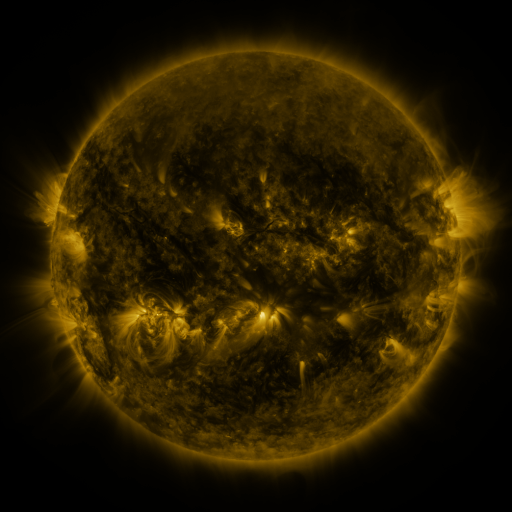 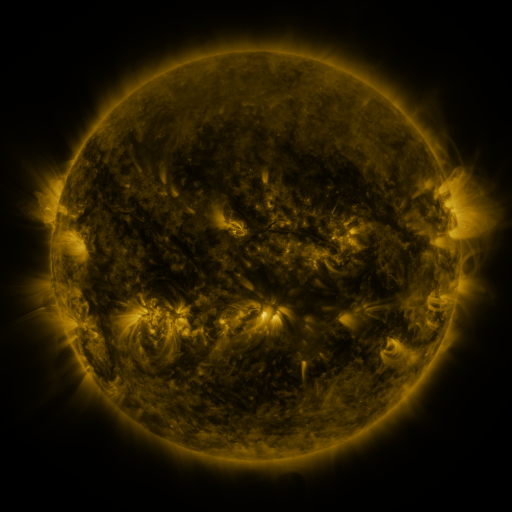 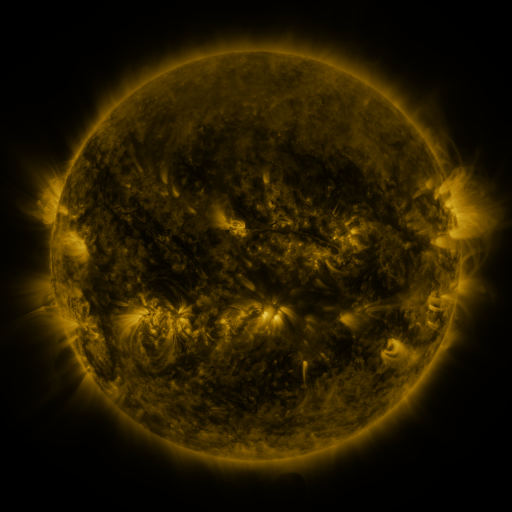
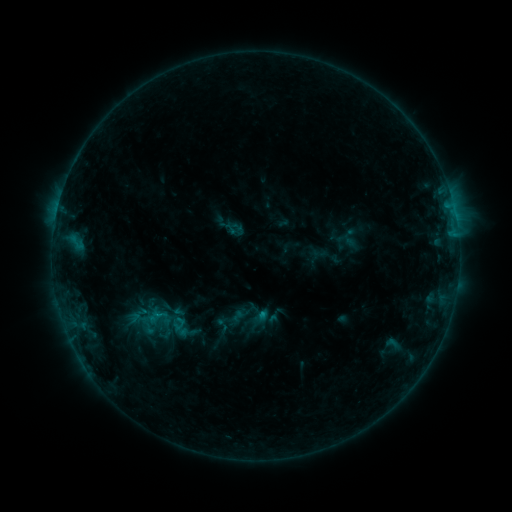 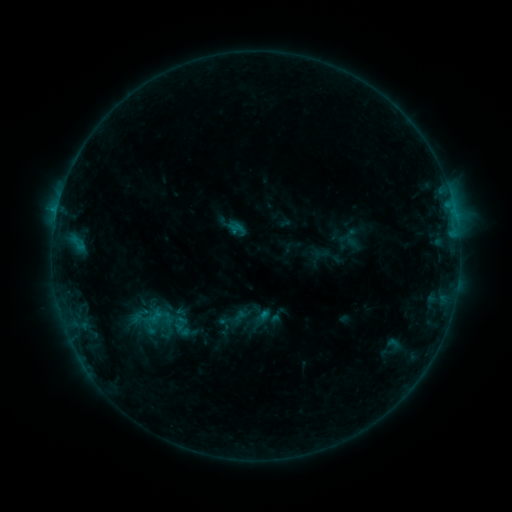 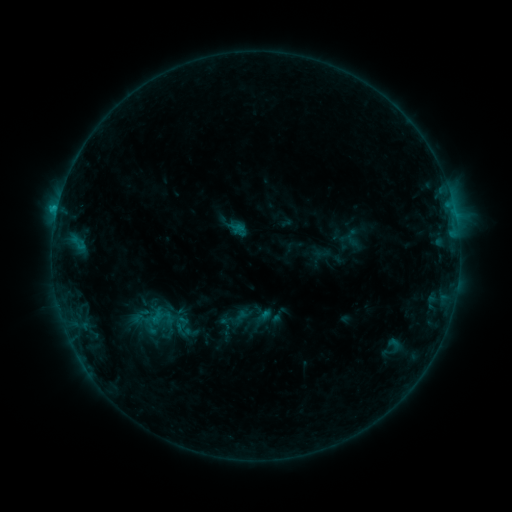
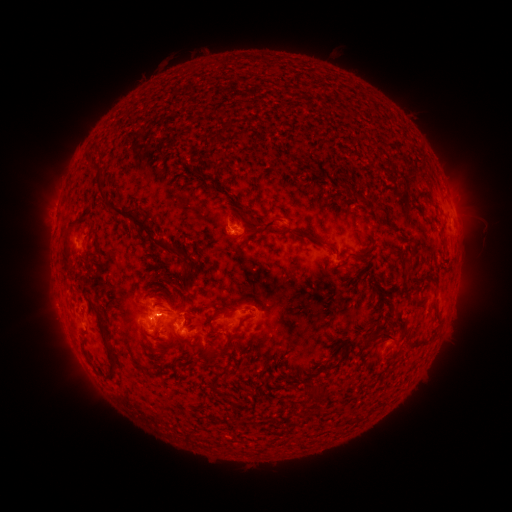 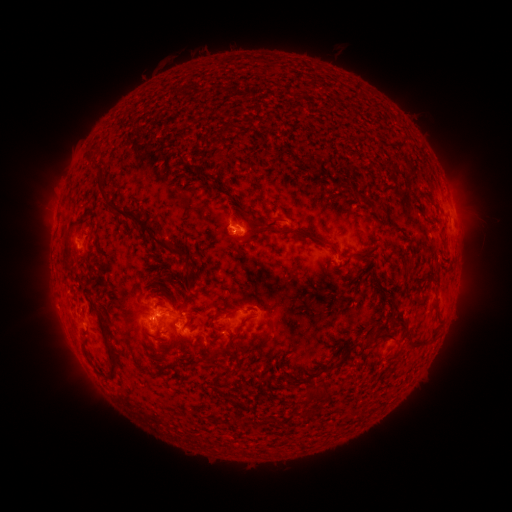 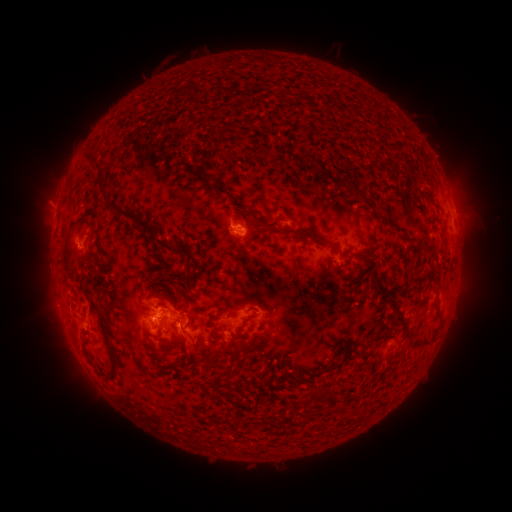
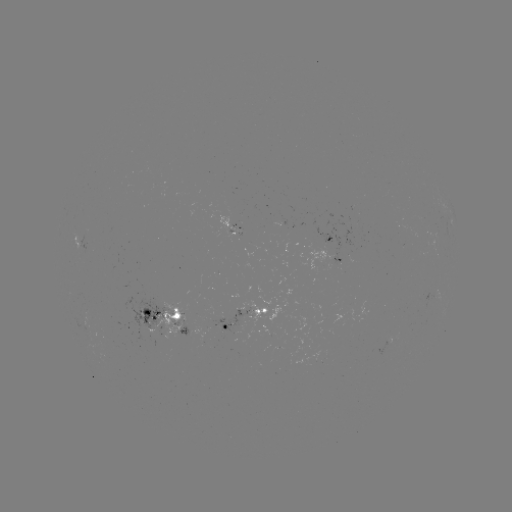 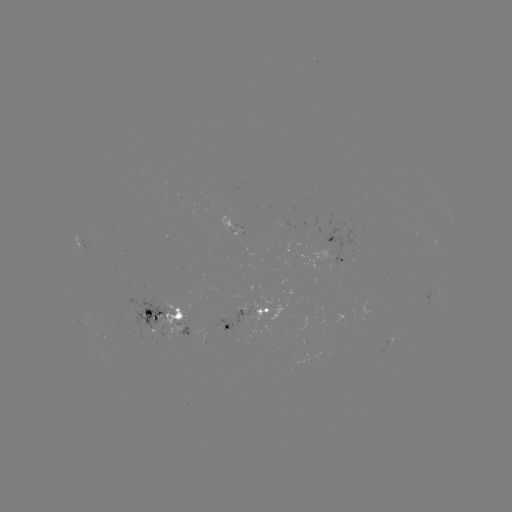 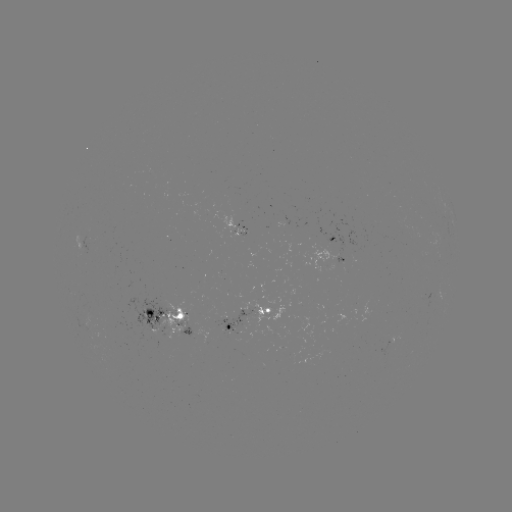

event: emerging-flux region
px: (242, 316)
